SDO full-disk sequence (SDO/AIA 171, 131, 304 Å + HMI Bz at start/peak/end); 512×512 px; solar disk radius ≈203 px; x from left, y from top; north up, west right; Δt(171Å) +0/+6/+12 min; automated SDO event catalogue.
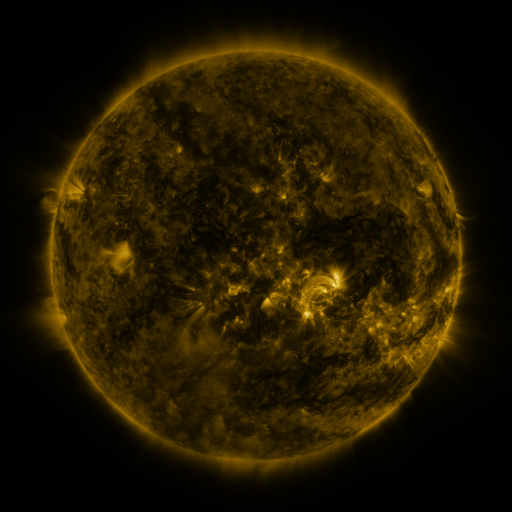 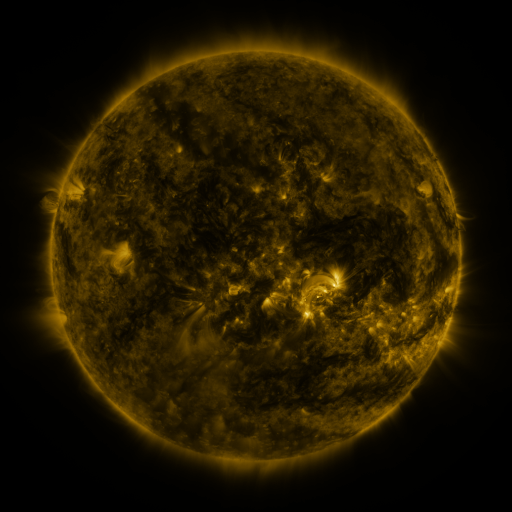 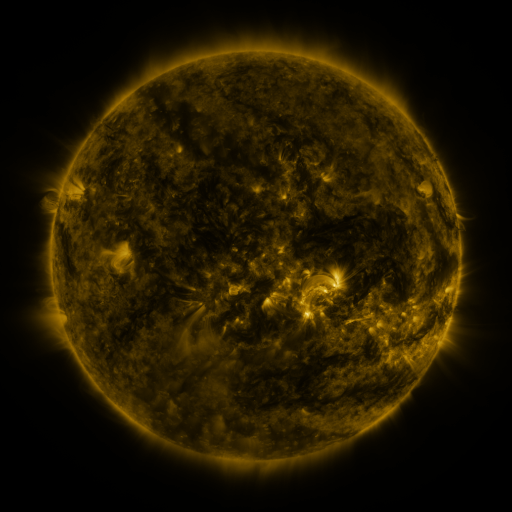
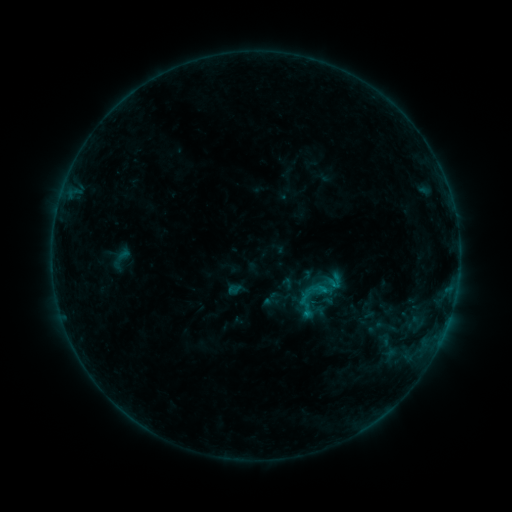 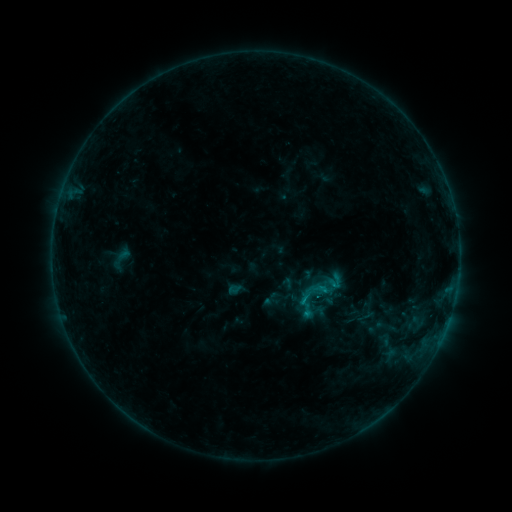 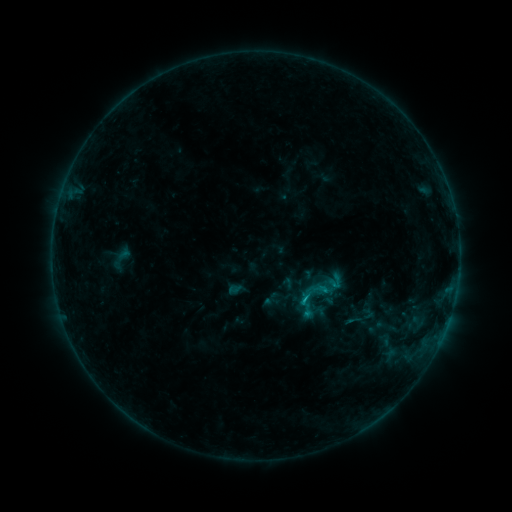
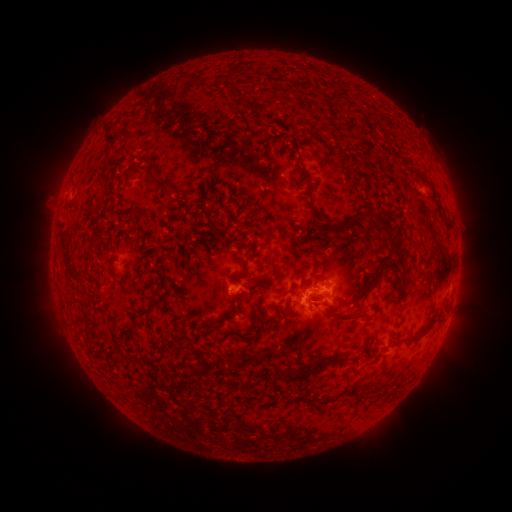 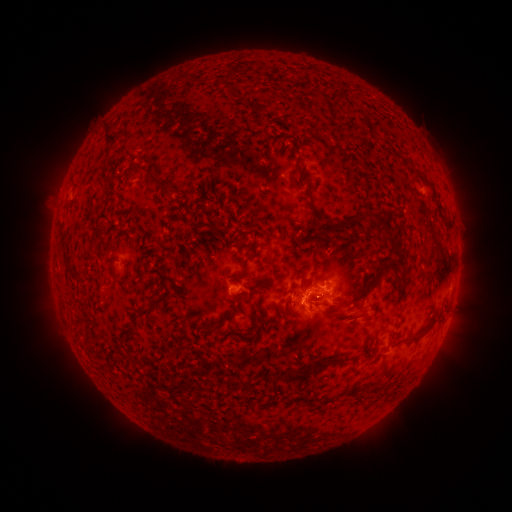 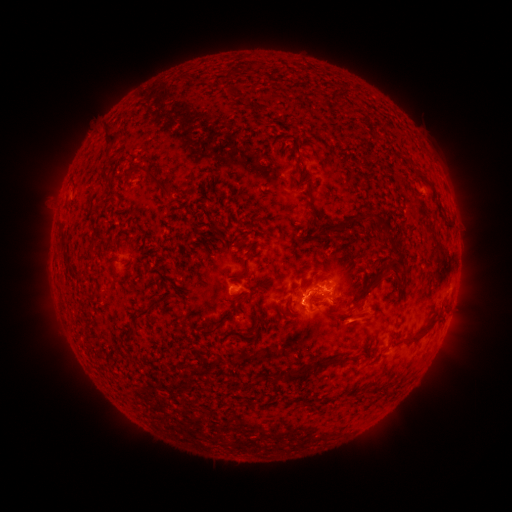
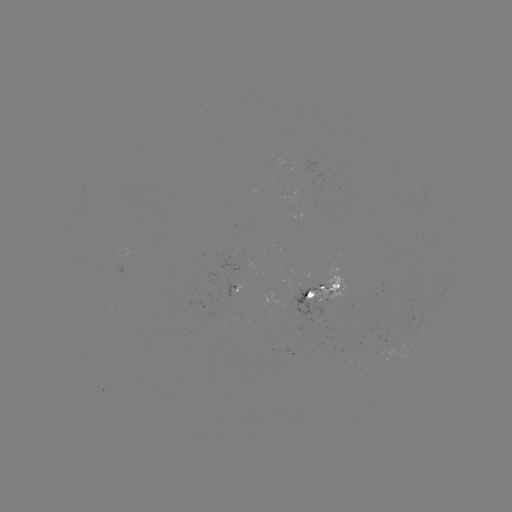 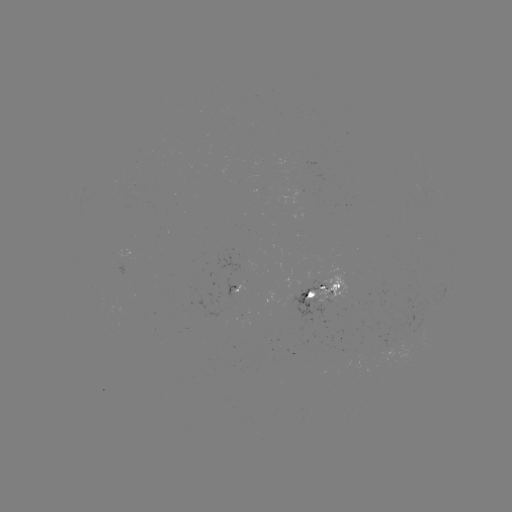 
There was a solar flare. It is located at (302, 298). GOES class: B7.3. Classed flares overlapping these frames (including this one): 1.